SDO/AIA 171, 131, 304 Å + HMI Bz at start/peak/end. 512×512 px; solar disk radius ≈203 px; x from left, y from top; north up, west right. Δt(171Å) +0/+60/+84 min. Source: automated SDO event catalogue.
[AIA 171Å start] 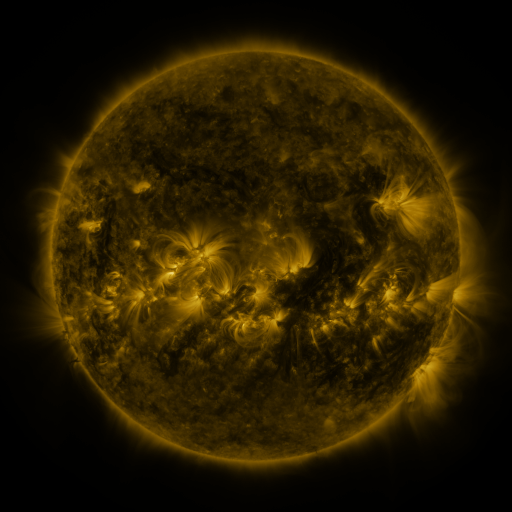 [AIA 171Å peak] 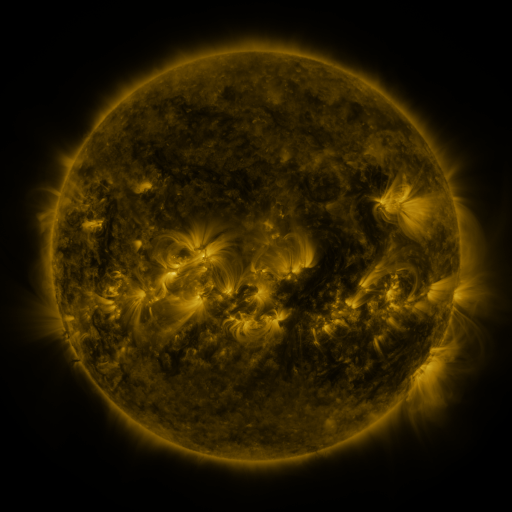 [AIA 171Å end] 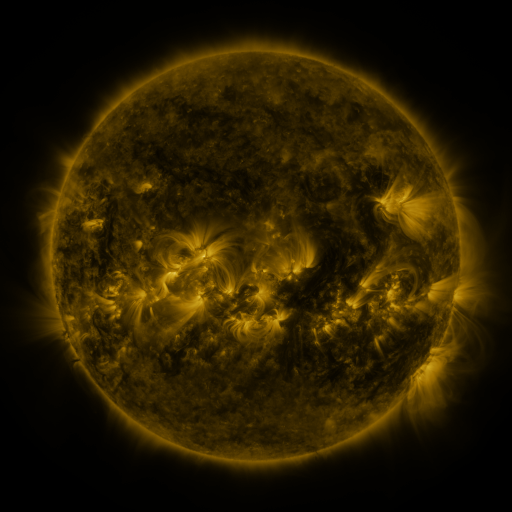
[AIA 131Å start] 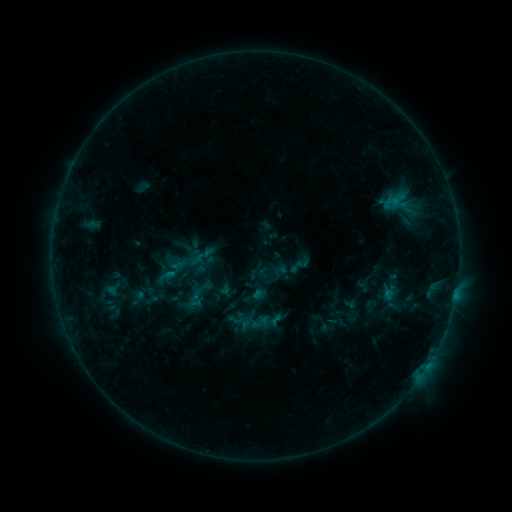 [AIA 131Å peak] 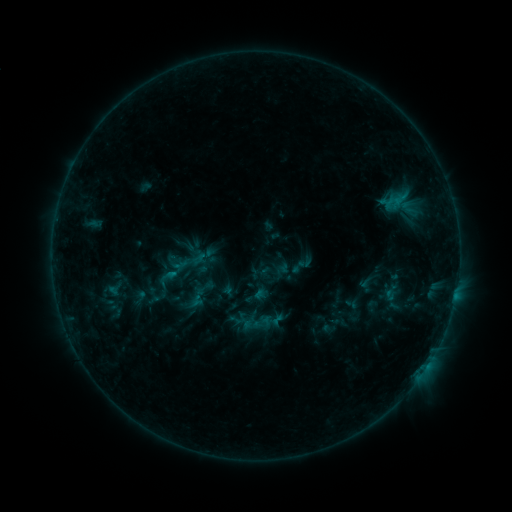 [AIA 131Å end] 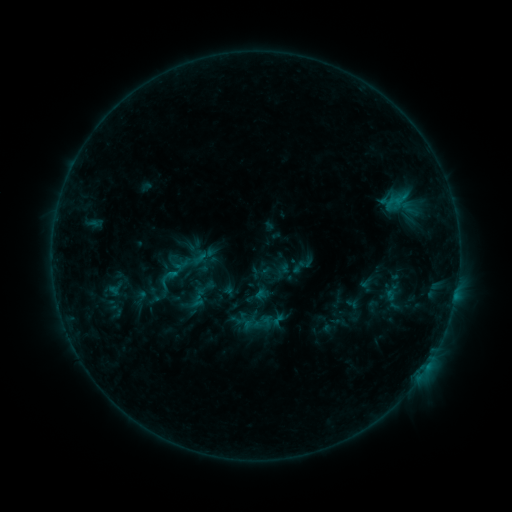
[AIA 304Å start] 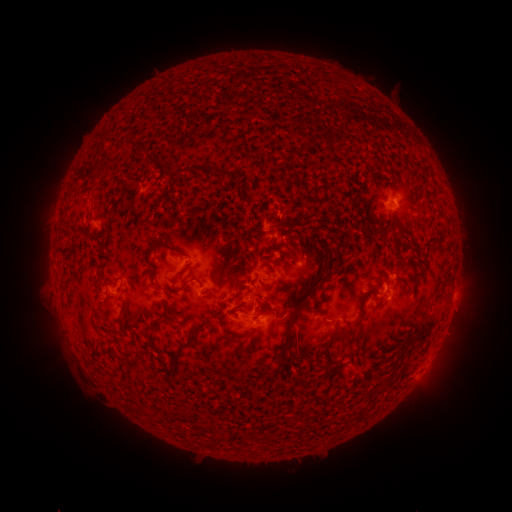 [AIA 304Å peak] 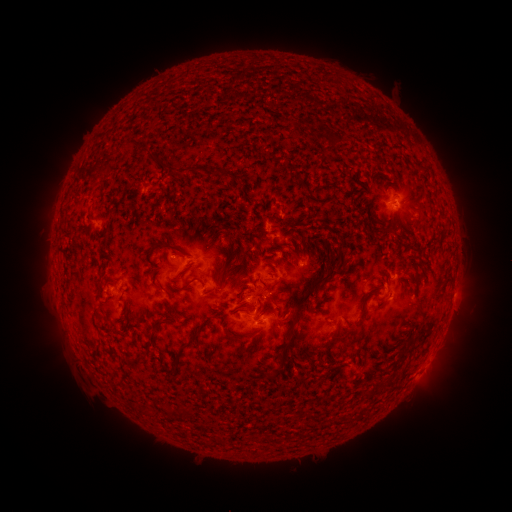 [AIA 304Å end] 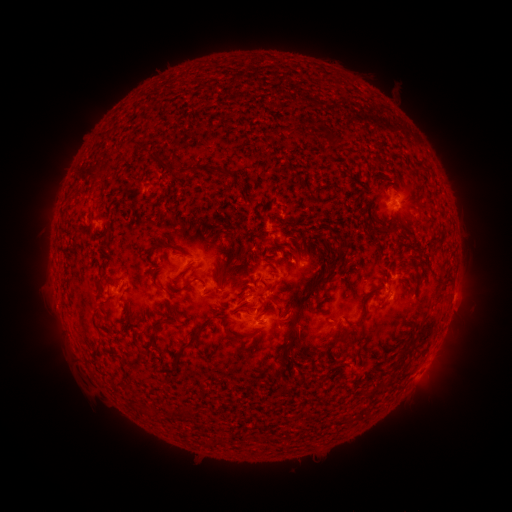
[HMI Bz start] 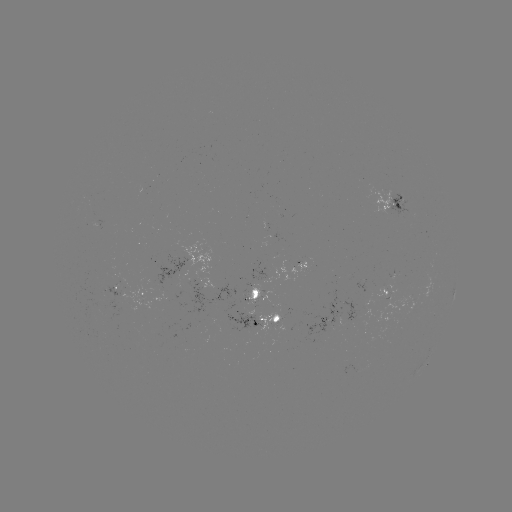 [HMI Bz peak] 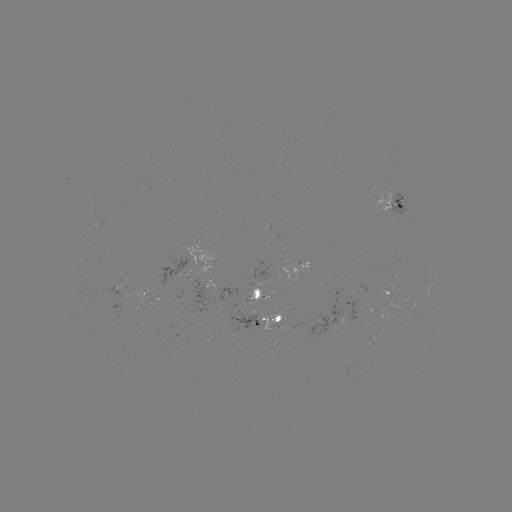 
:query emerging-flux region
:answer [267, 299]